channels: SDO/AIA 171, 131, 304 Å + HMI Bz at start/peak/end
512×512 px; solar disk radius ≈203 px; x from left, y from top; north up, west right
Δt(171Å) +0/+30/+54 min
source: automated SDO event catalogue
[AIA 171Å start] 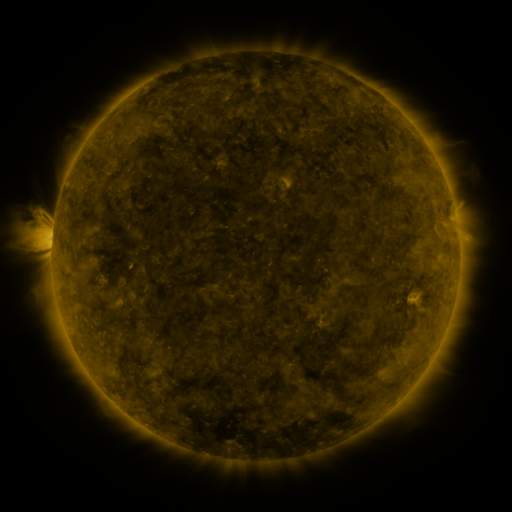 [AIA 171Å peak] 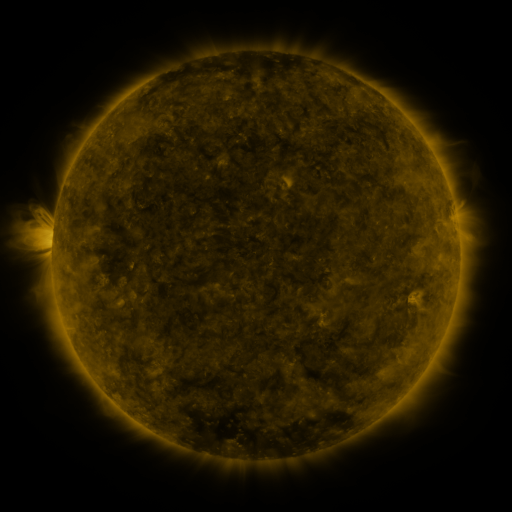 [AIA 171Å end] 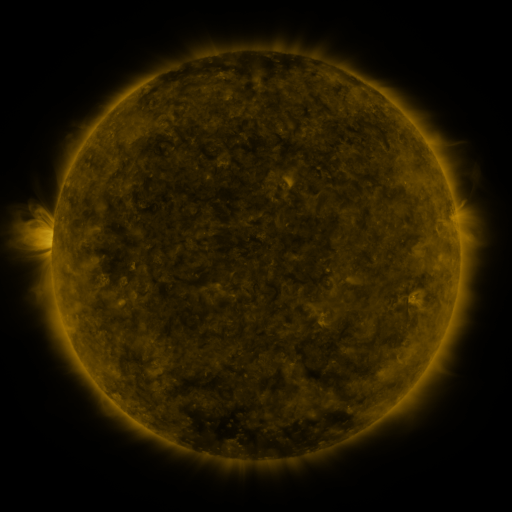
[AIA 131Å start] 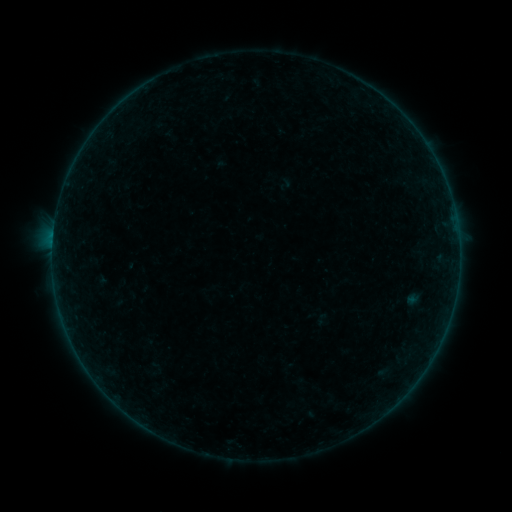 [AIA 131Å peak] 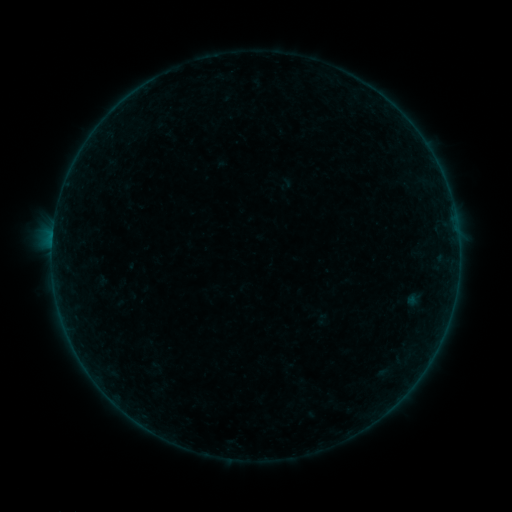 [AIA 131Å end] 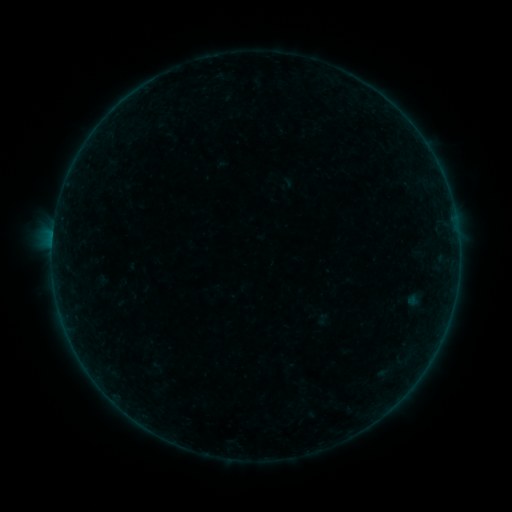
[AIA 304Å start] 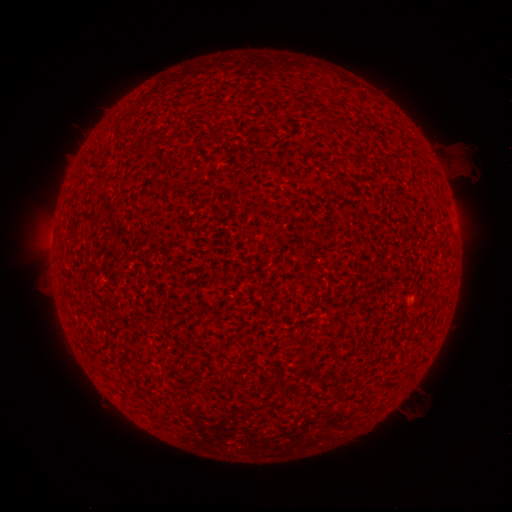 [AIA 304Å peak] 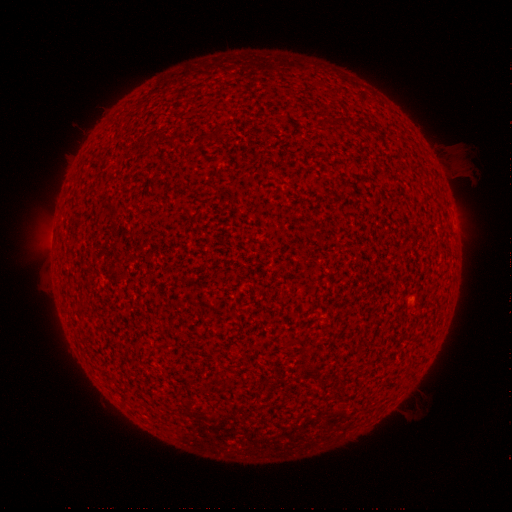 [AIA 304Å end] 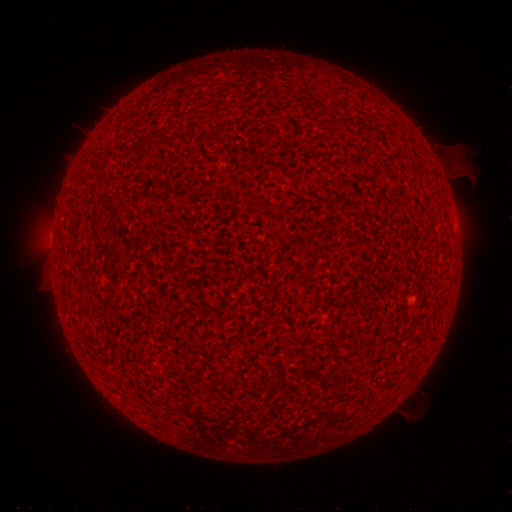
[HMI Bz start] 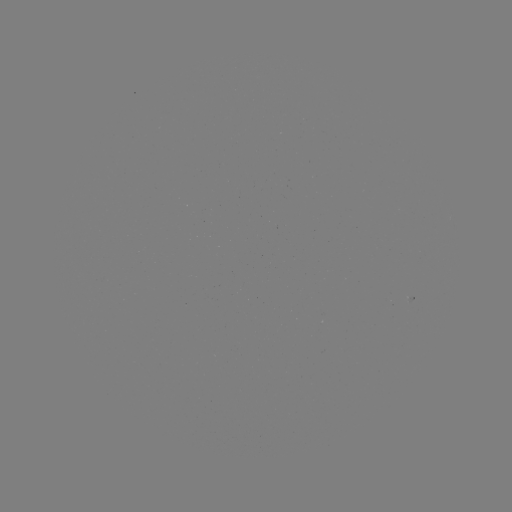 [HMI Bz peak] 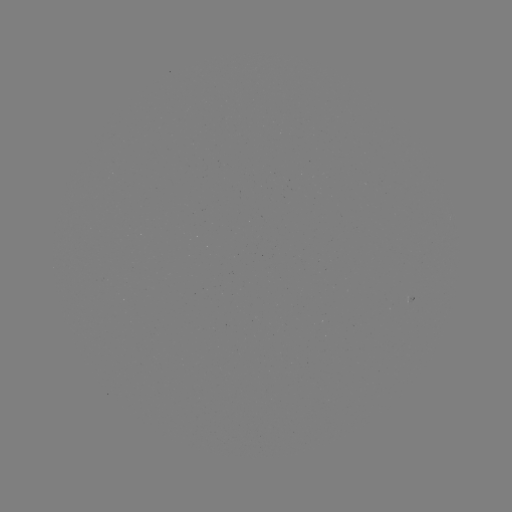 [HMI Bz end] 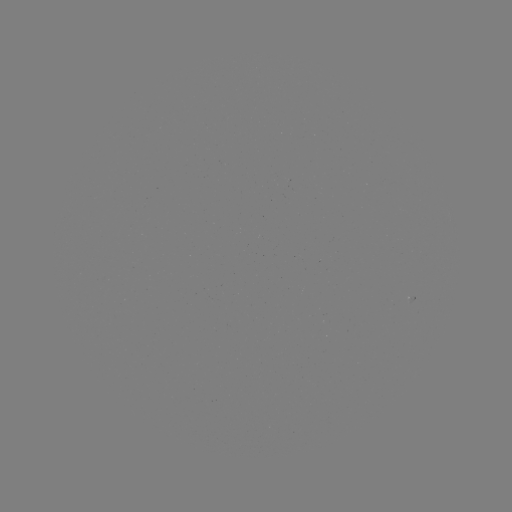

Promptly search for A3.1 flare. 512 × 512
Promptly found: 54,234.